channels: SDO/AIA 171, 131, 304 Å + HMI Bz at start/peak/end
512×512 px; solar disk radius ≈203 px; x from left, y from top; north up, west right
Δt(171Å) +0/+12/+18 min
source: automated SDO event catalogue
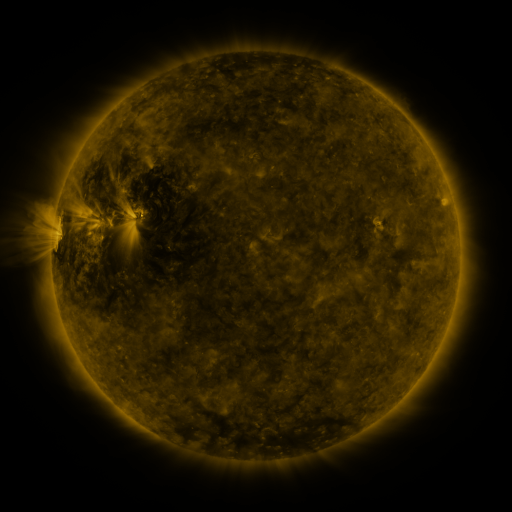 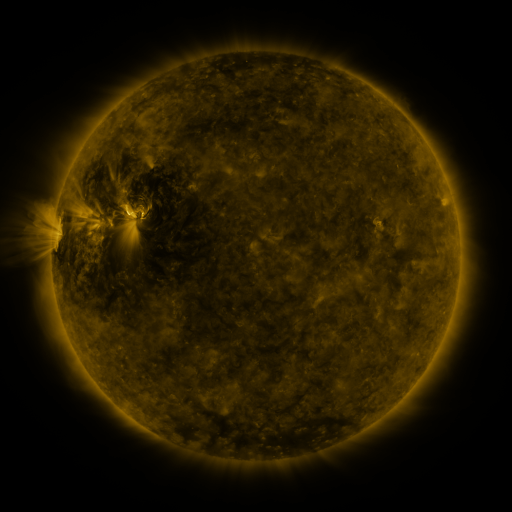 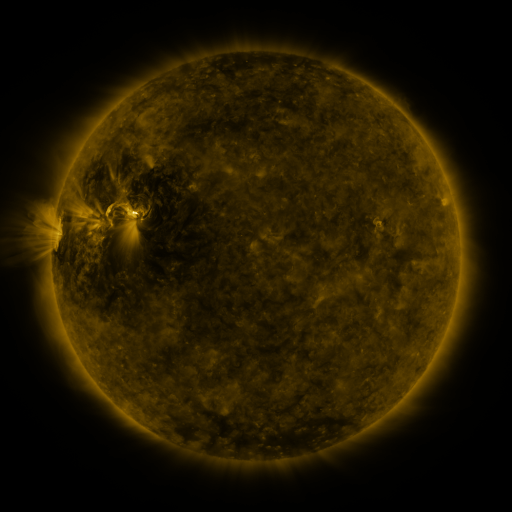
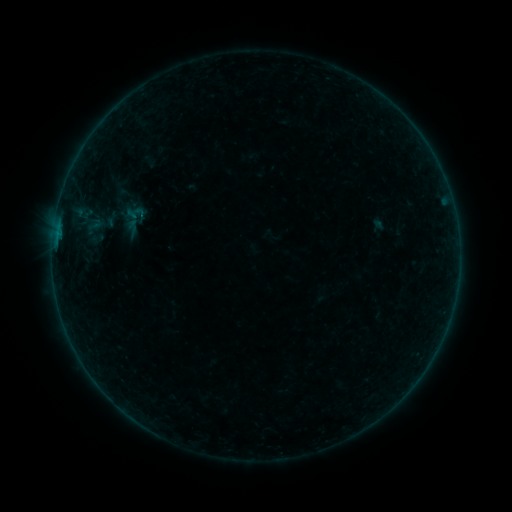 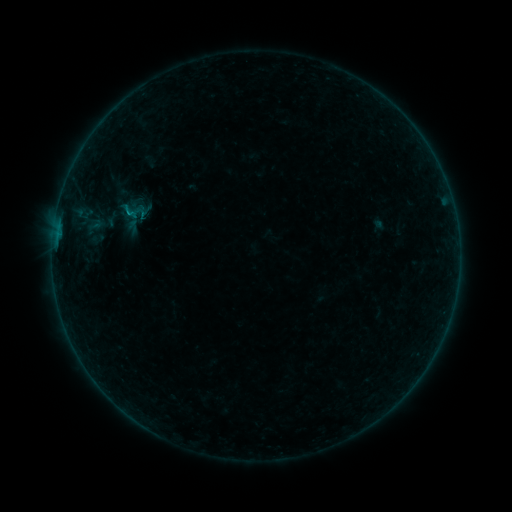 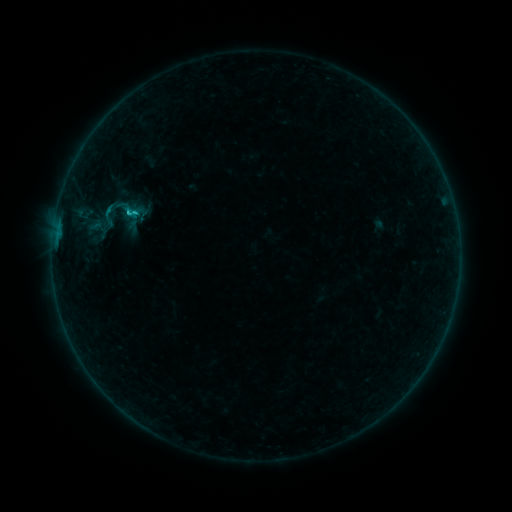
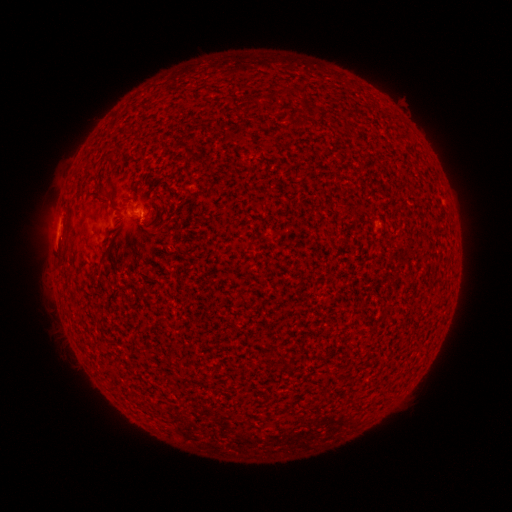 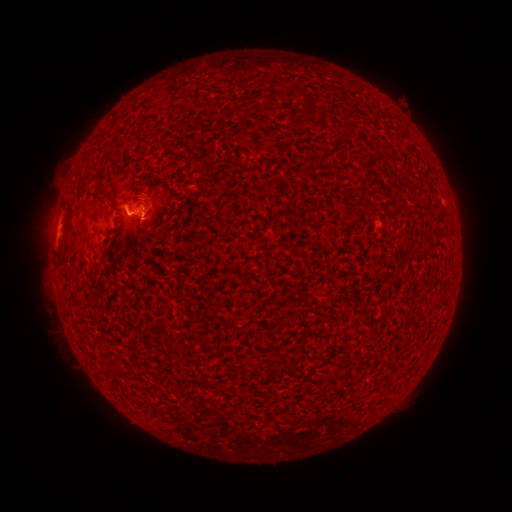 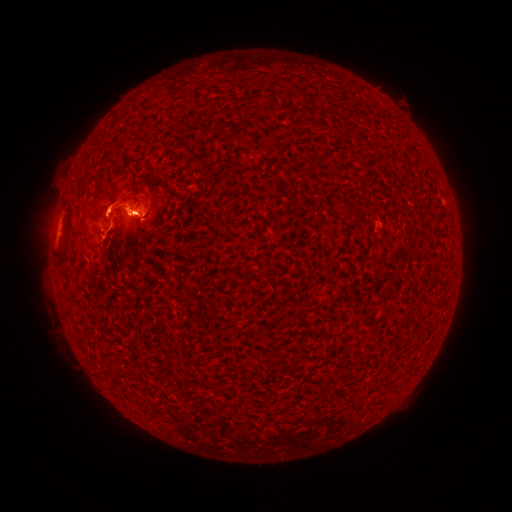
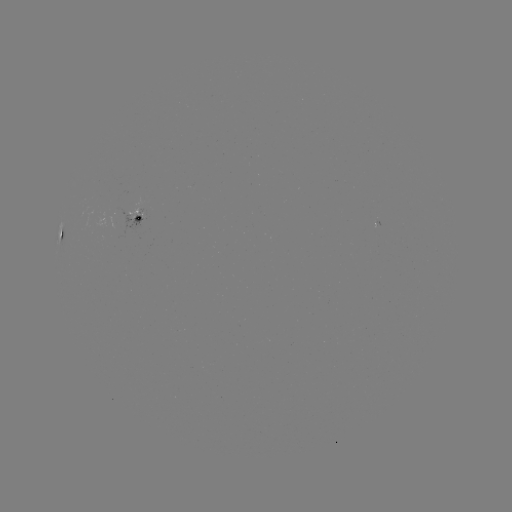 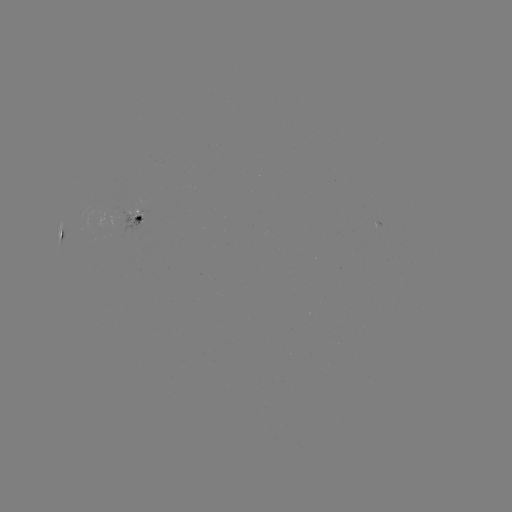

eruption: (49, 168, 208, 259)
